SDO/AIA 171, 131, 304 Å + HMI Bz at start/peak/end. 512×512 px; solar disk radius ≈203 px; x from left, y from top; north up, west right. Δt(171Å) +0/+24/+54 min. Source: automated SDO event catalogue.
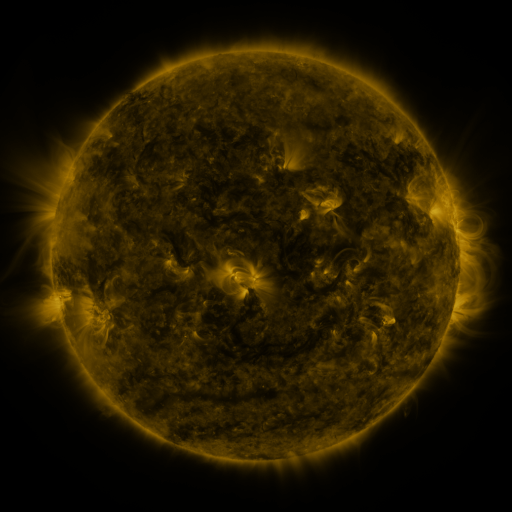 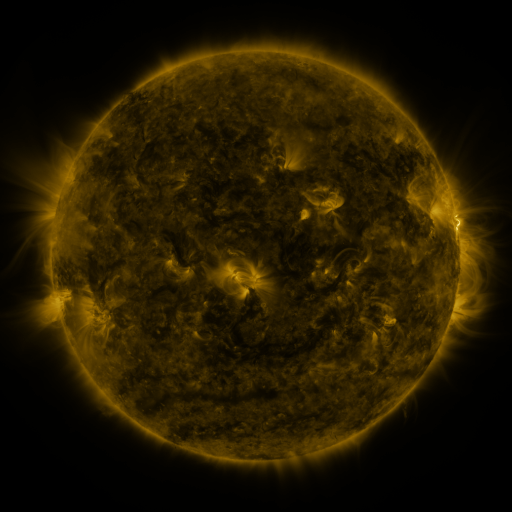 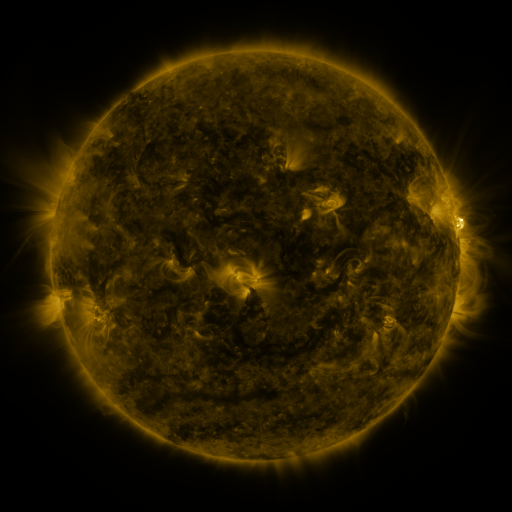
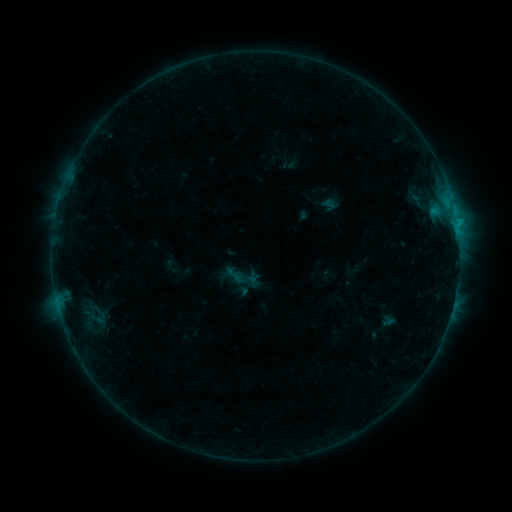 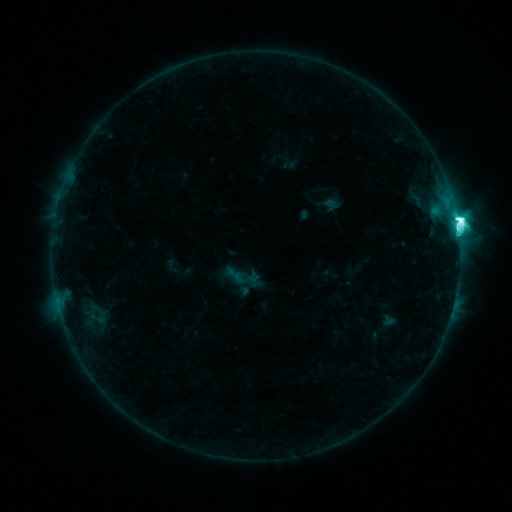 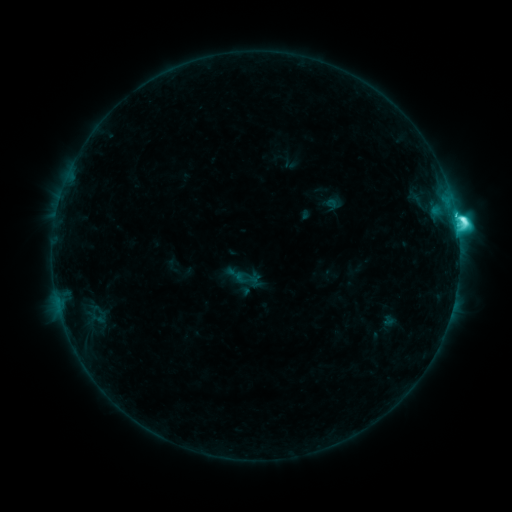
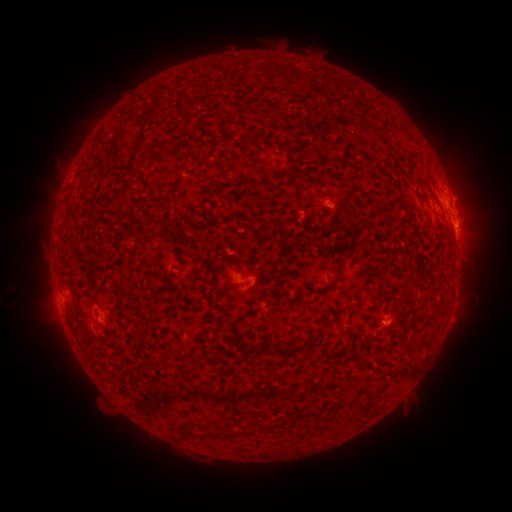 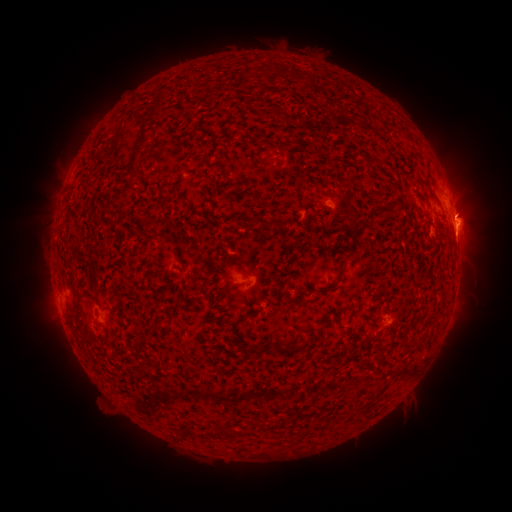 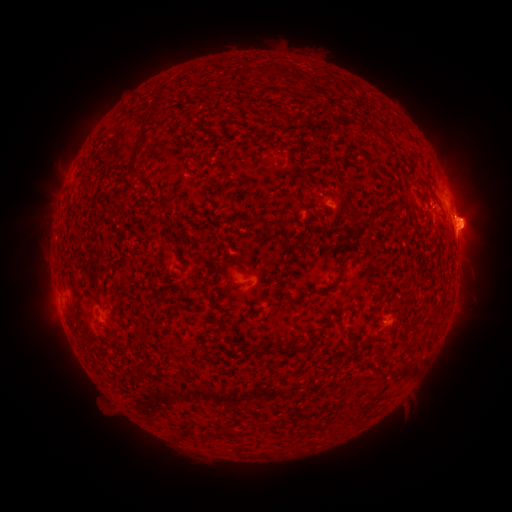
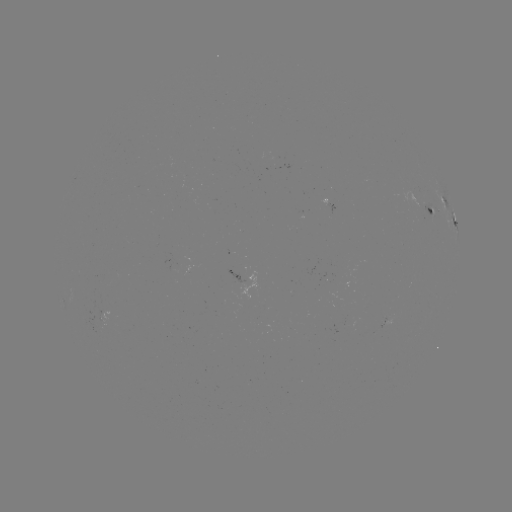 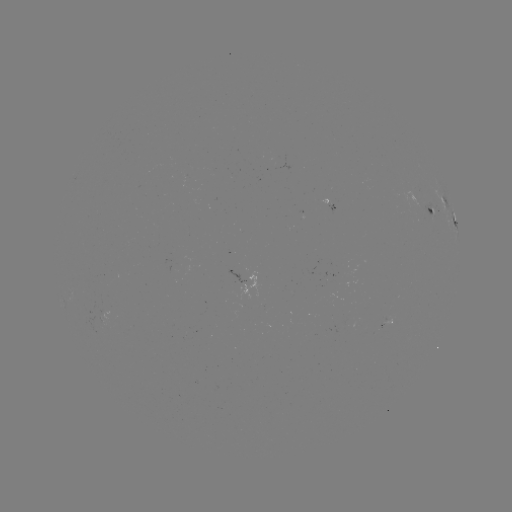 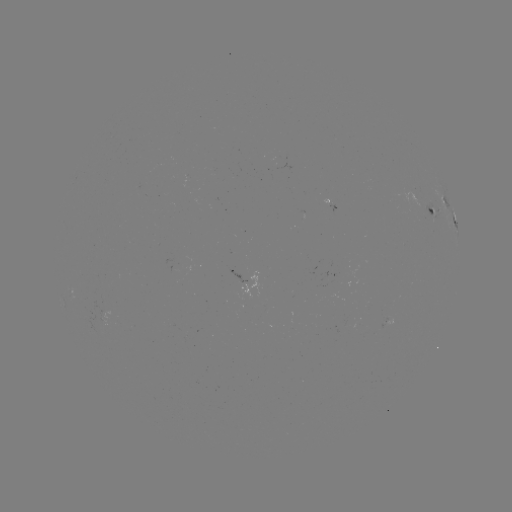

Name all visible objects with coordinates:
M1.6 flare: (456, 223)
